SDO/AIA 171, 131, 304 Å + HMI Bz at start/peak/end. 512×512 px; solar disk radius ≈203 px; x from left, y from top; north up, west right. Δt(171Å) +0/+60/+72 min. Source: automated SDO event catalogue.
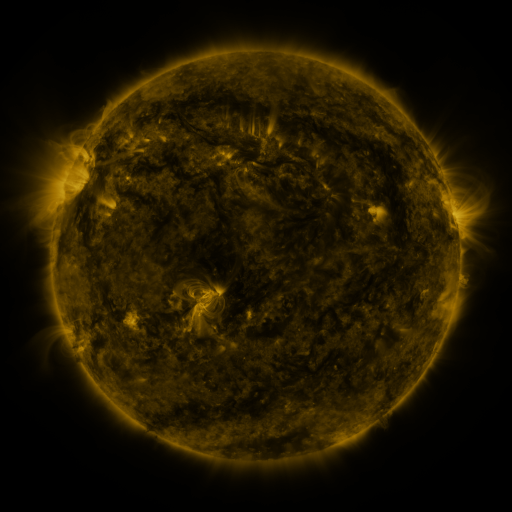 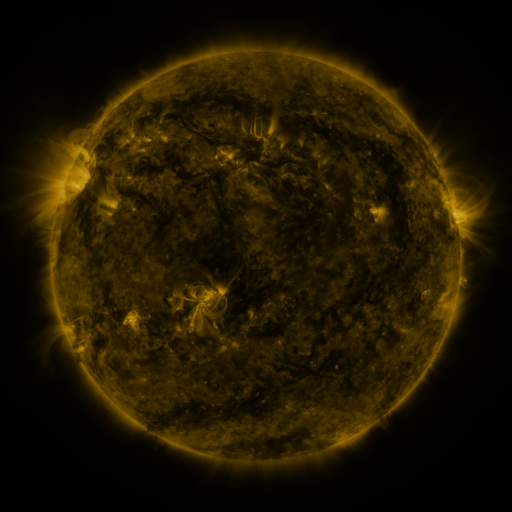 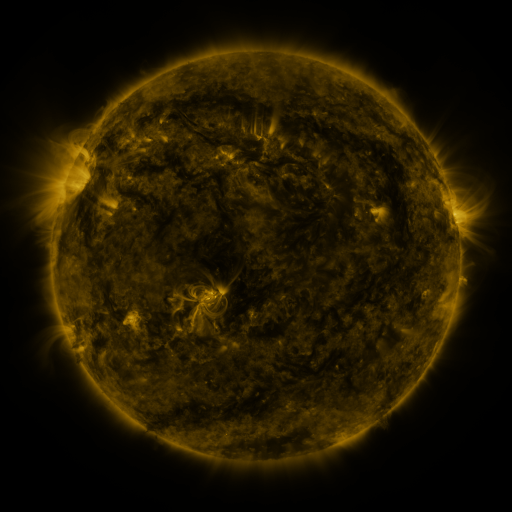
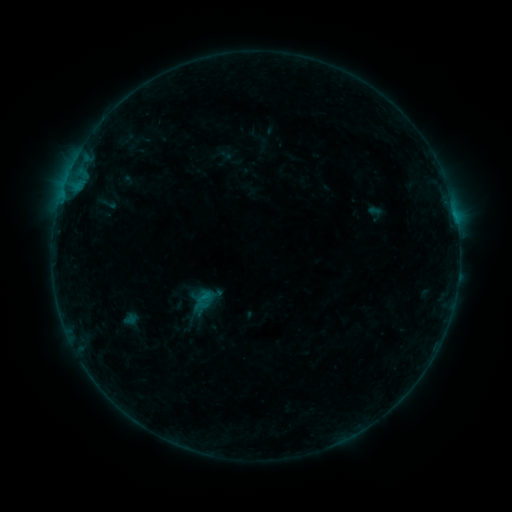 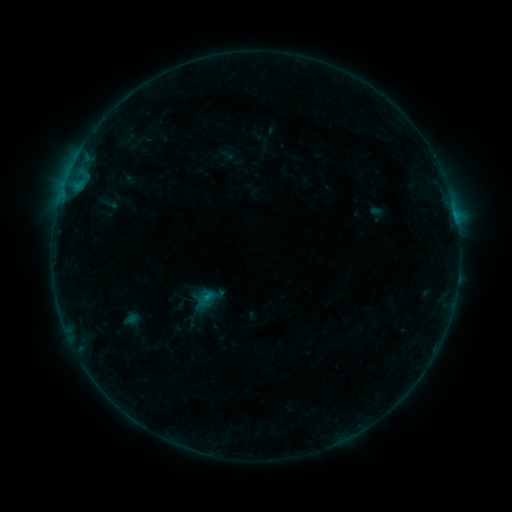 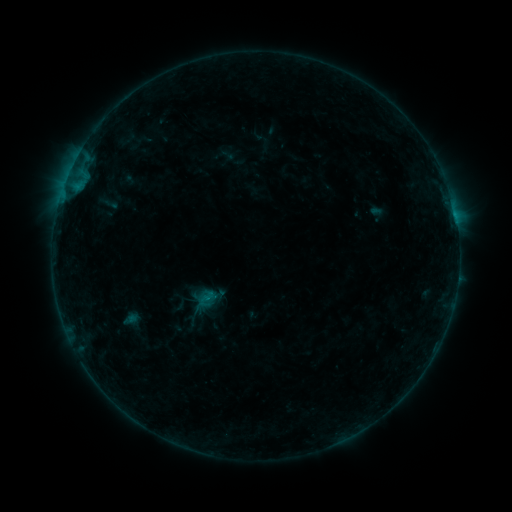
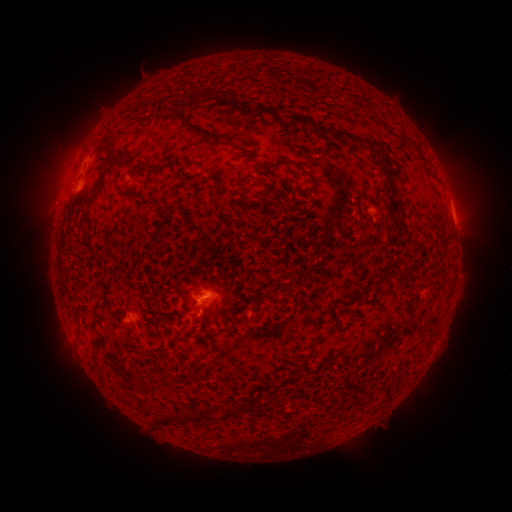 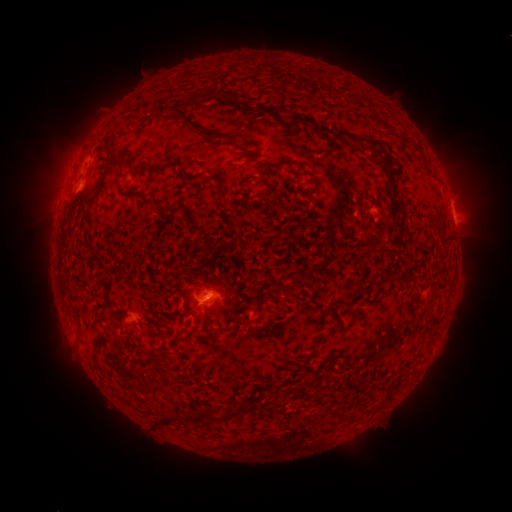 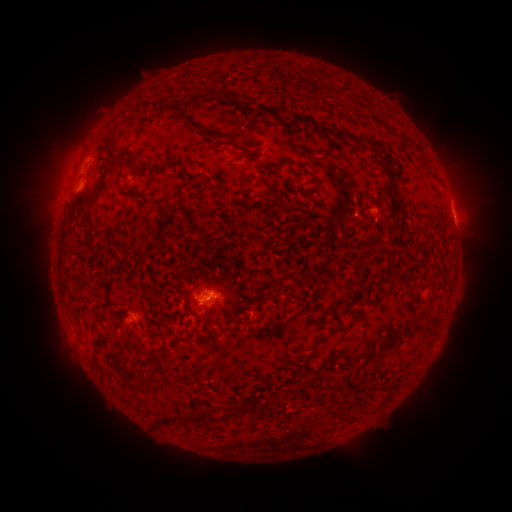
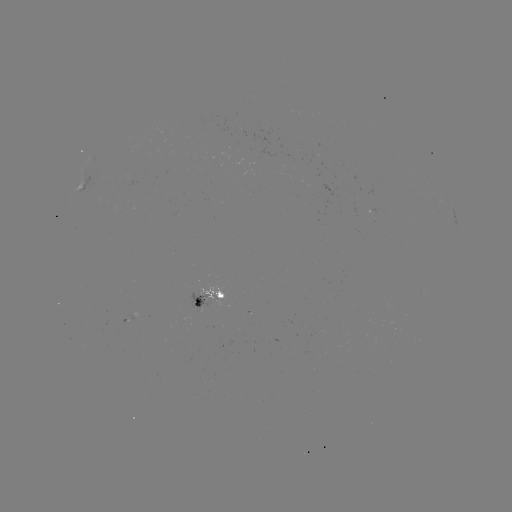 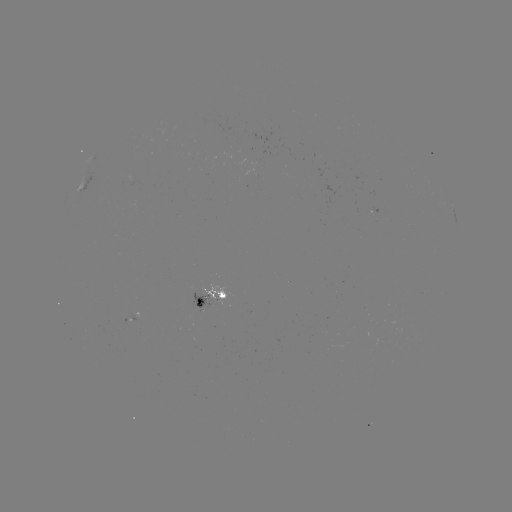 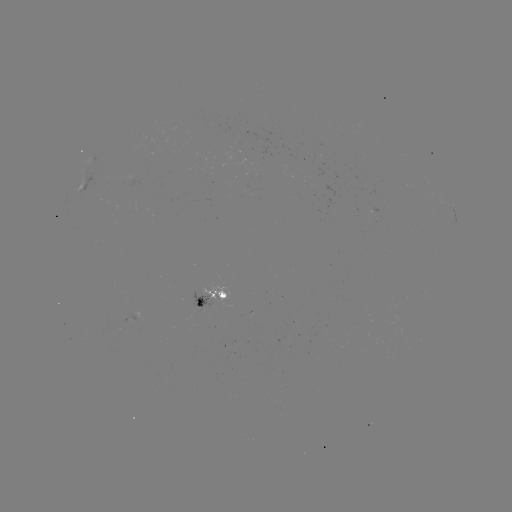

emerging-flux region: <bbox>190, 293, 212, 312</bbox>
